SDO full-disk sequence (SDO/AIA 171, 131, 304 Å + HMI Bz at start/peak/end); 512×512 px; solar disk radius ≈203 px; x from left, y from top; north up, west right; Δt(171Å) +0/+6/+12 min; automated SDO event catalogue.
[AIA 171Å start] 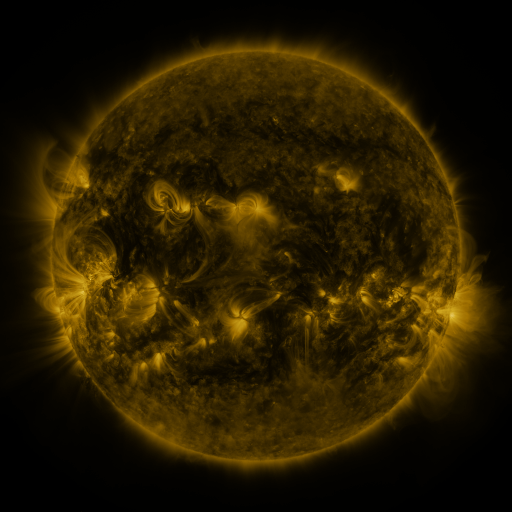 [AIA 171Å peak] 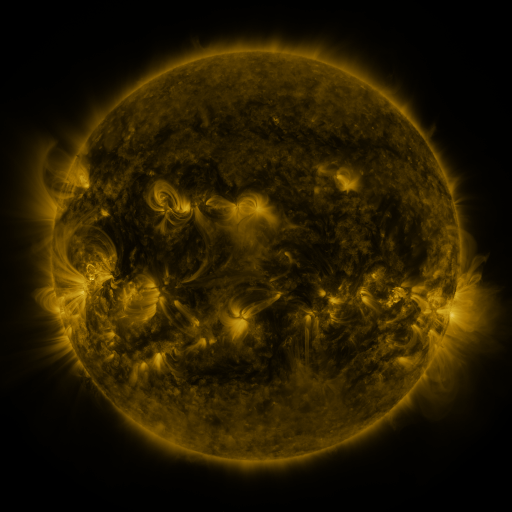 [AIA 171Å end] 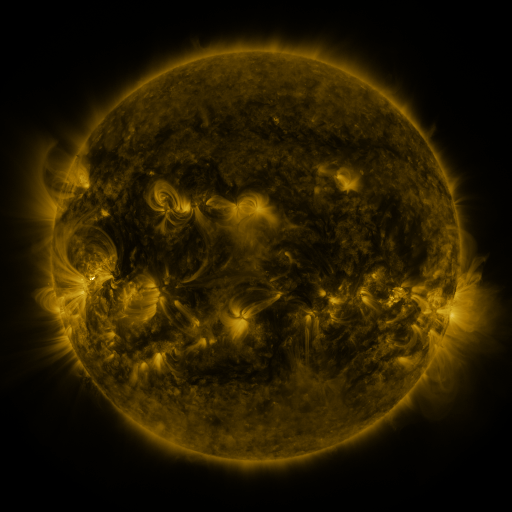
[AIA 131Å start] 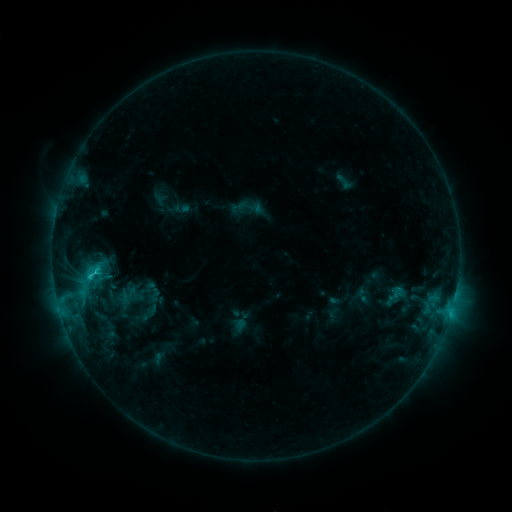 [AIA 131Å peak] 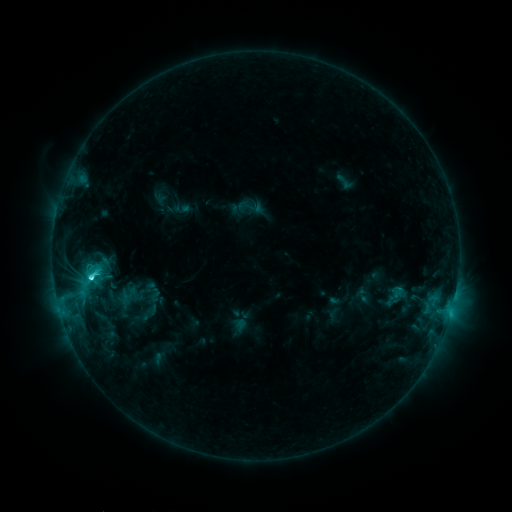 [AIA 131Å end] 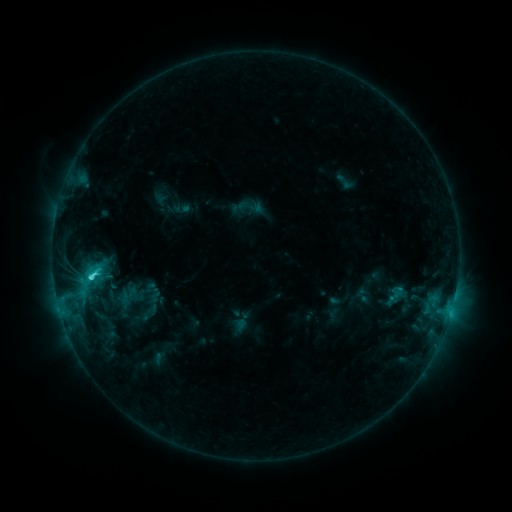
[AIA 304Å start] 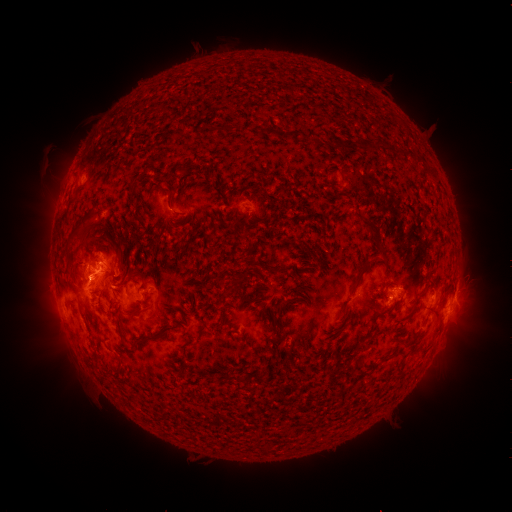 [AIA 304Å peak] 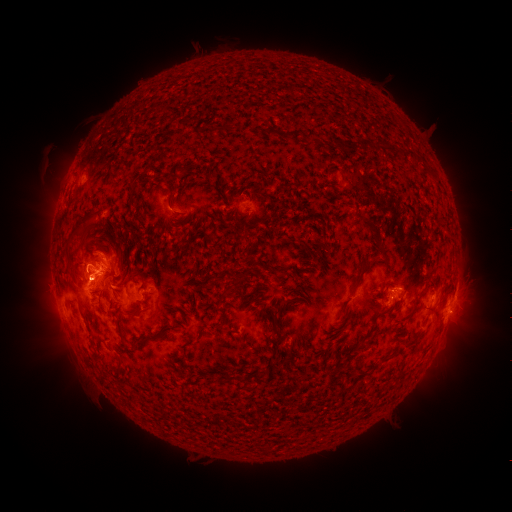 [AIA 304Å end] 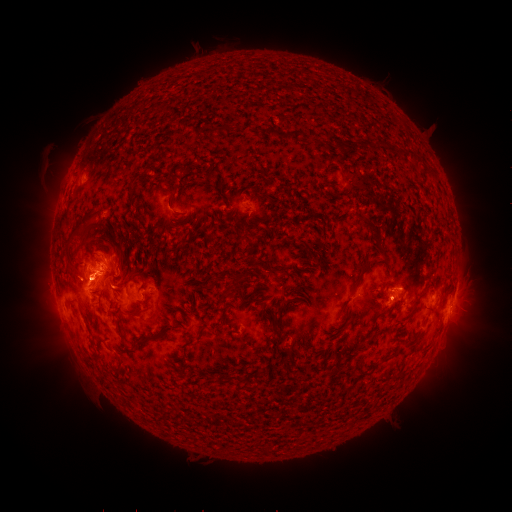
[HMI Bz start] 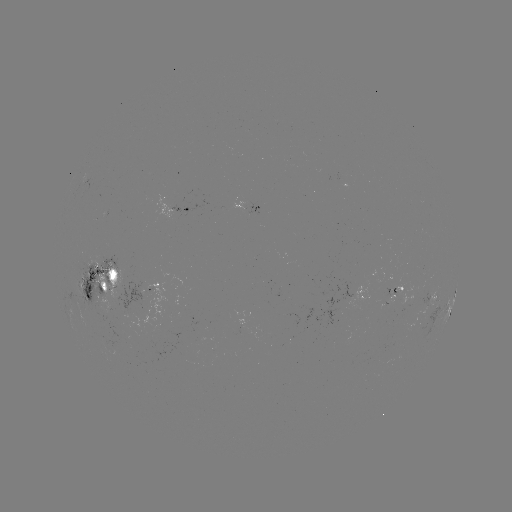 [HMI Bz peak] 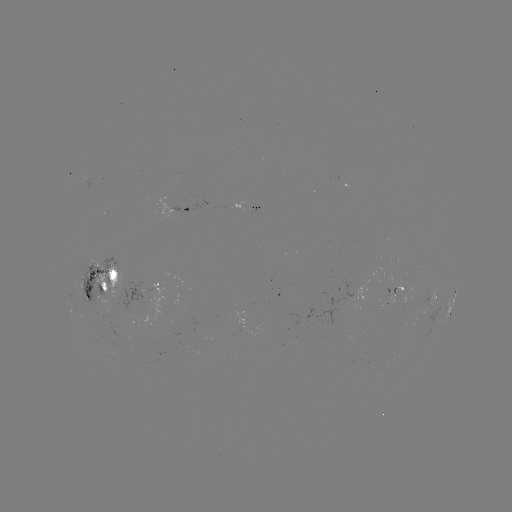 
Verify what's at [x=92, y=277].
C3.6 flare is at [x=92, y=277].